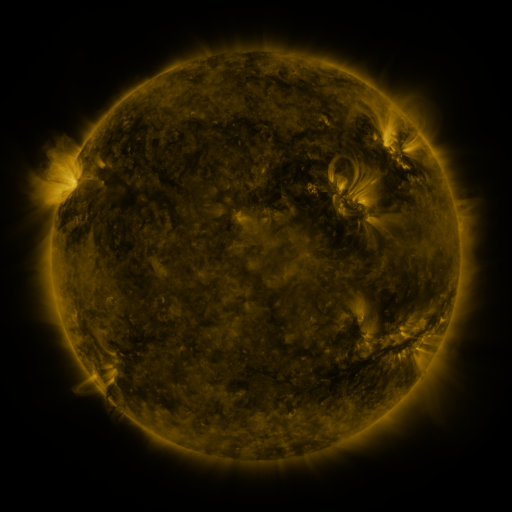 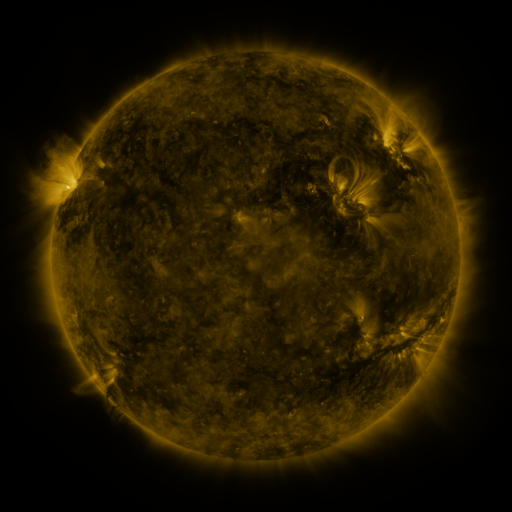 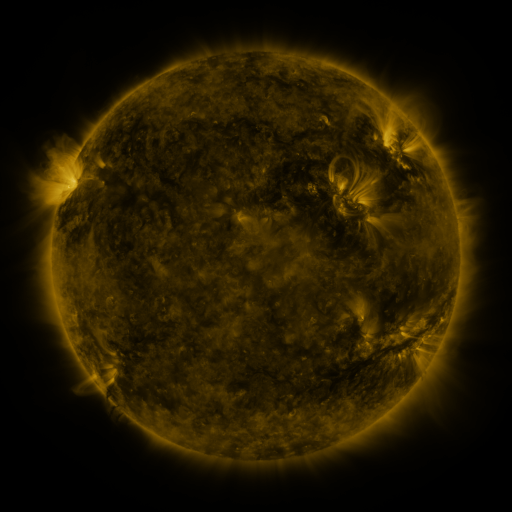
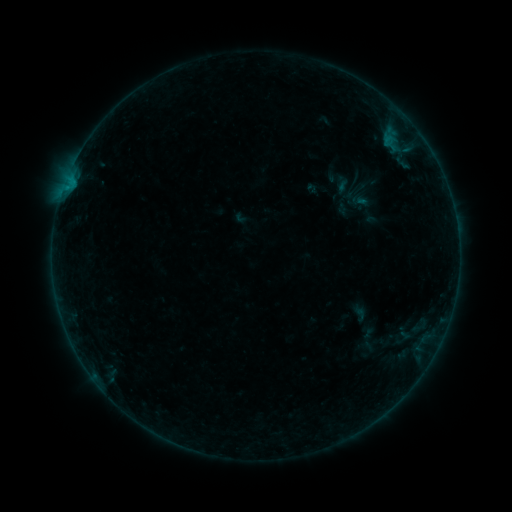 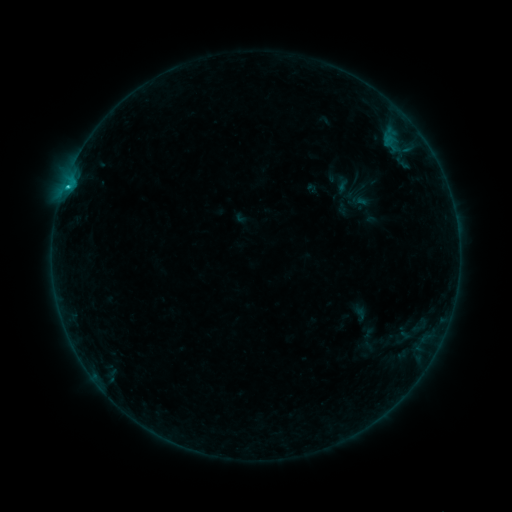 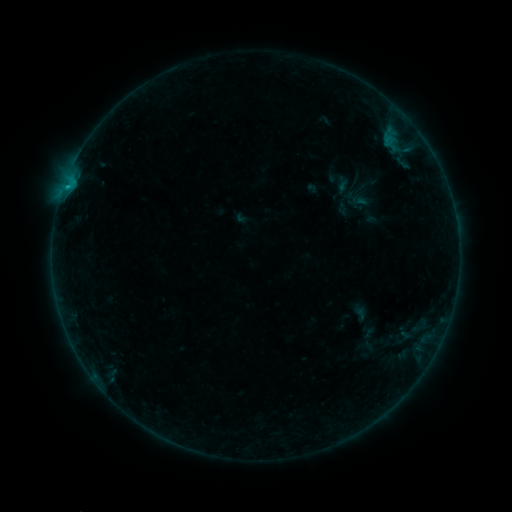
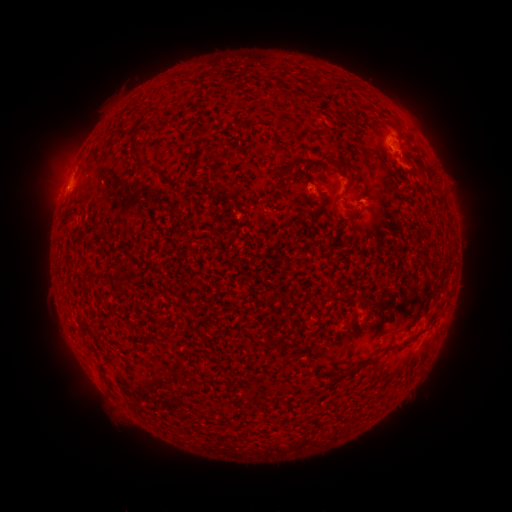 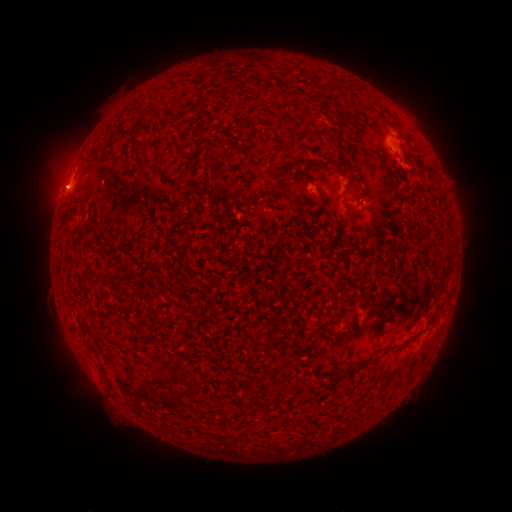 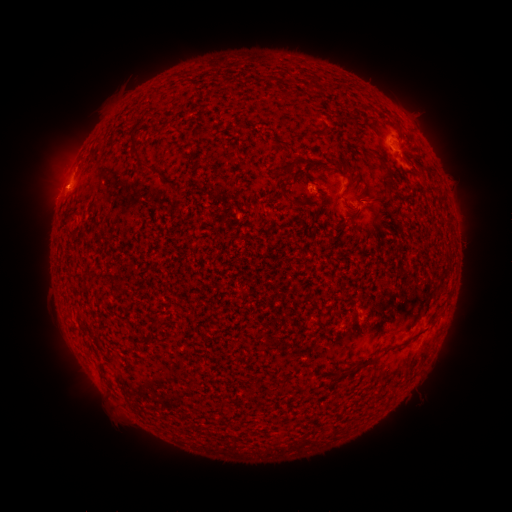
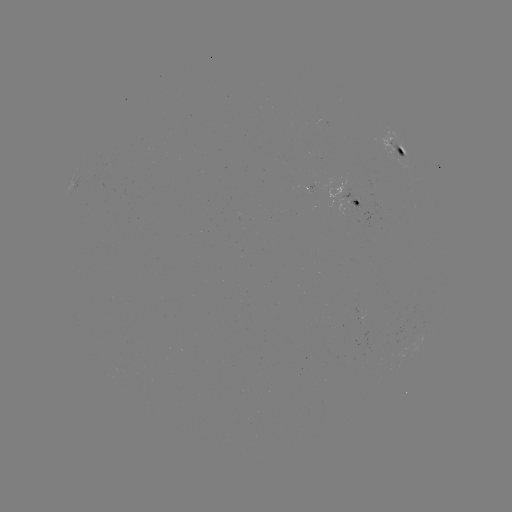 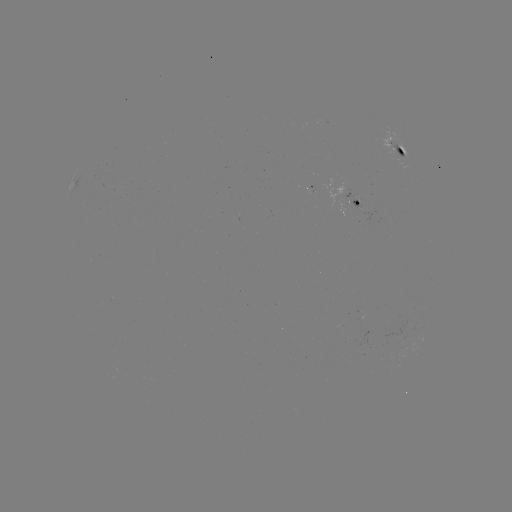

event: flare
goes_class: B5.9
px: (68, 189)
